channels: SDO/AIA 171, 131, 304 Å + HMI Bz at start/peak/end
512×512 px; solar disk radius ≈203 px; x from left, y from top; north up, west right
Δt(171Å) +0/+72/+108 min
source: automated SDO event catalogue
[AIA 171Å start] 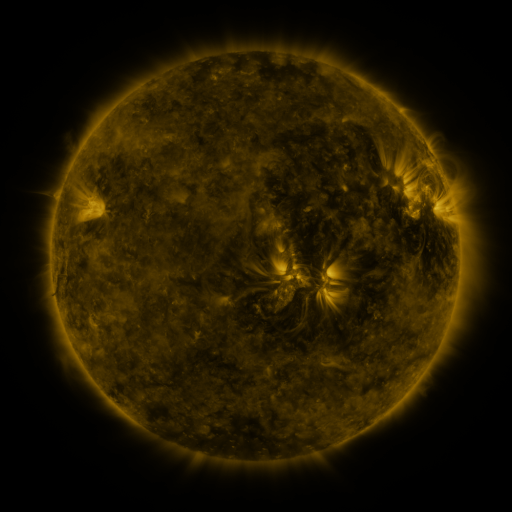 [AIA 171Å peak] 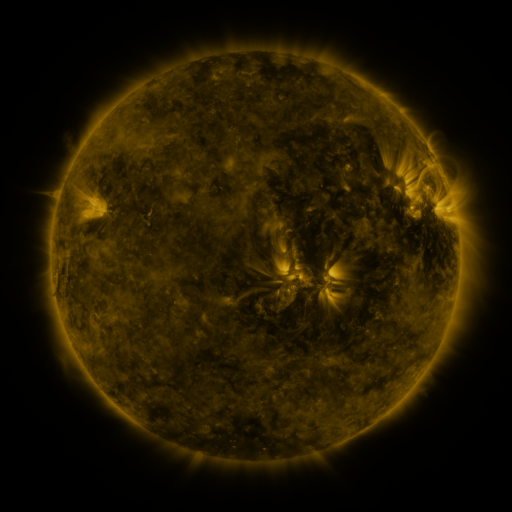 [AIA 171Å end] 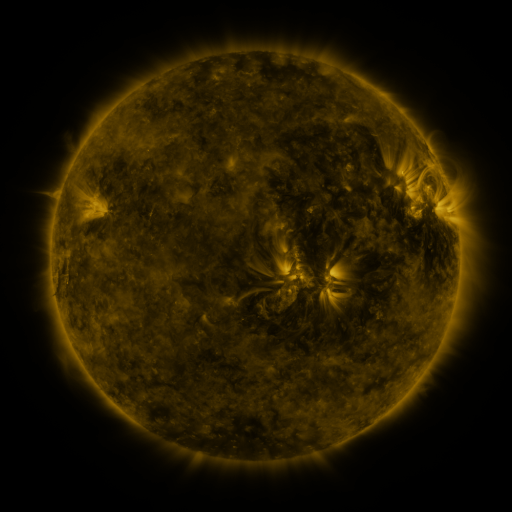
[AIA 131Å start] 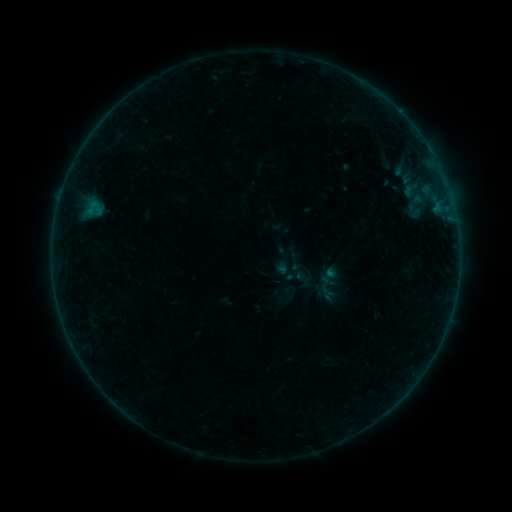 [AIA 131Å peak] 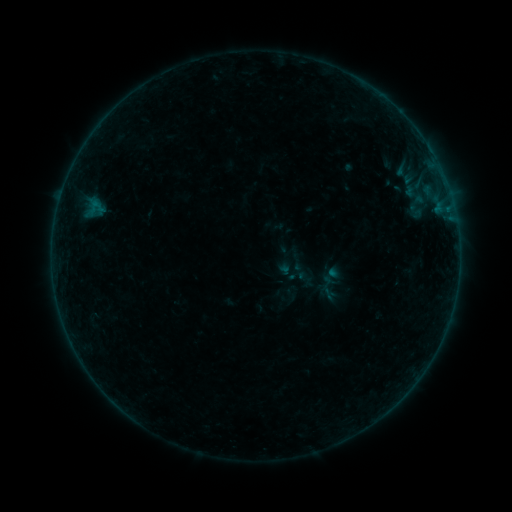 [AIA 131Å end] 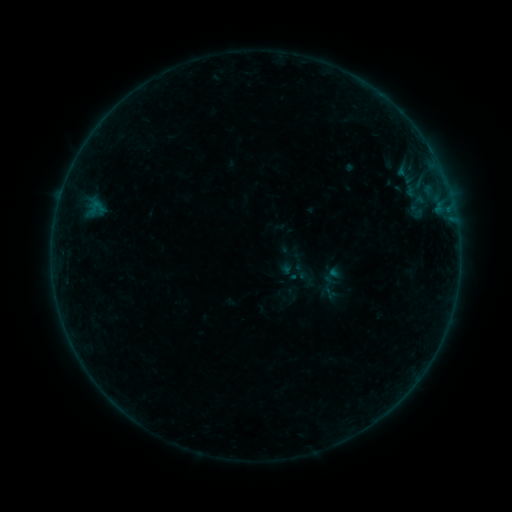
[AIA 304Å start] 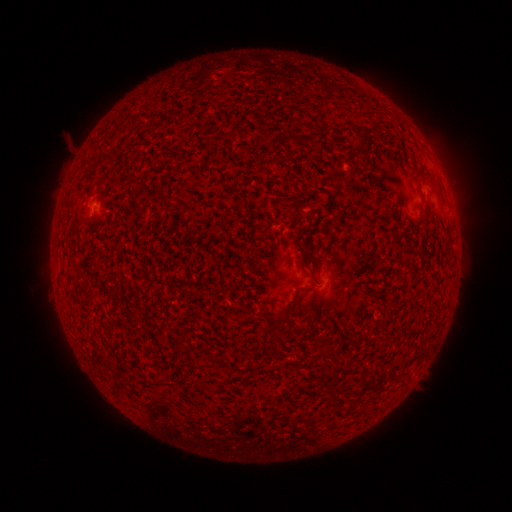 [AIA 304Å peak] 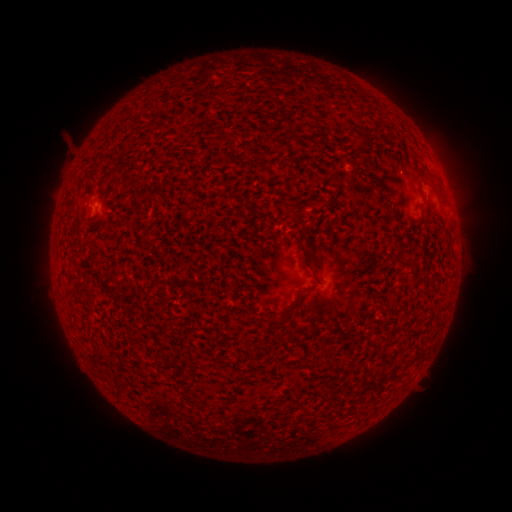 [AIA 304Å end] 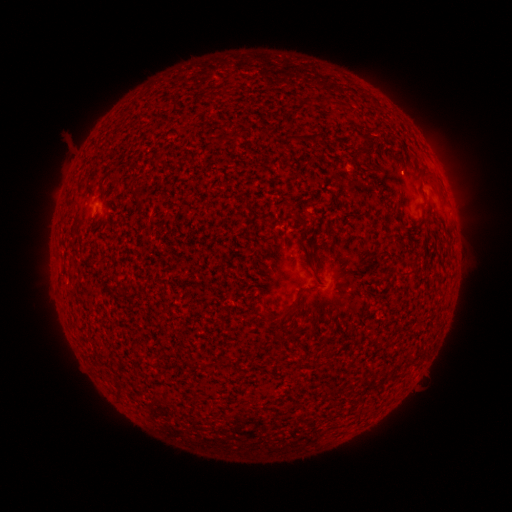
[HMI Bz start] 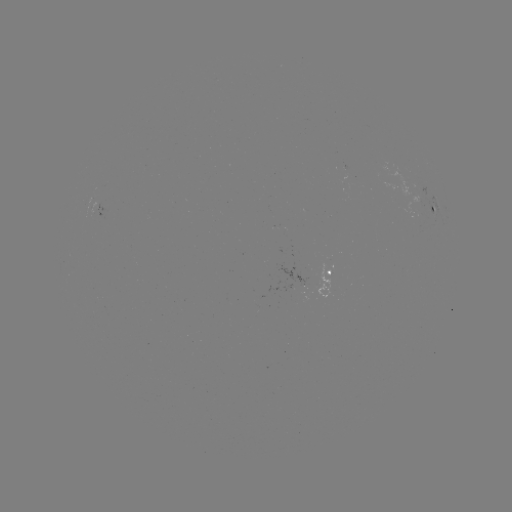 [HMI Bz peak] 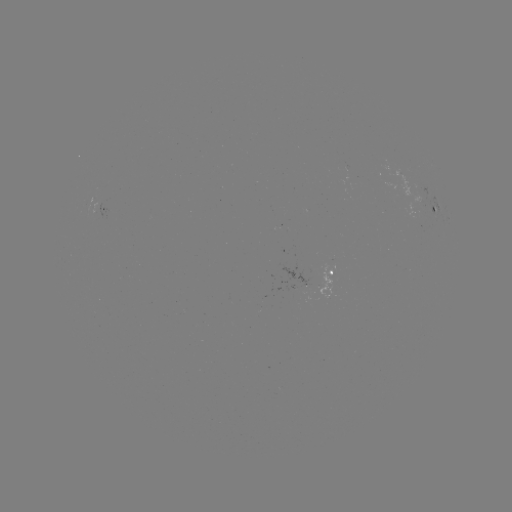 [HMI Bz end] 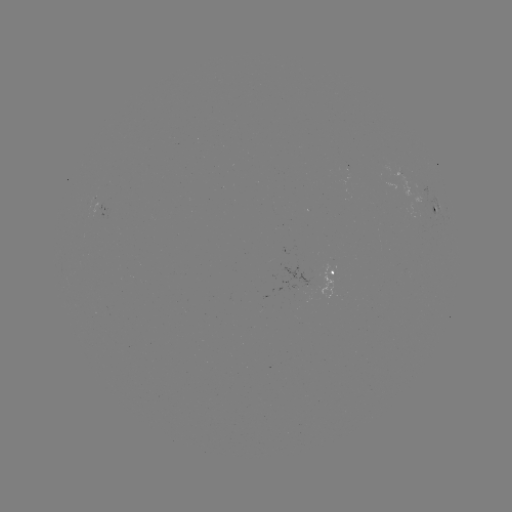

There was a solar emerging-flux region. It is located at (299, 284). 